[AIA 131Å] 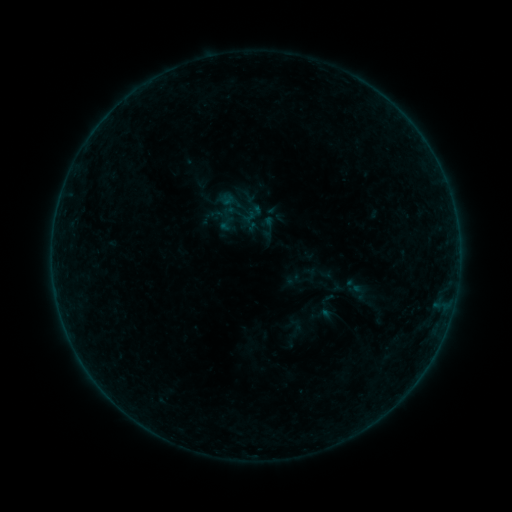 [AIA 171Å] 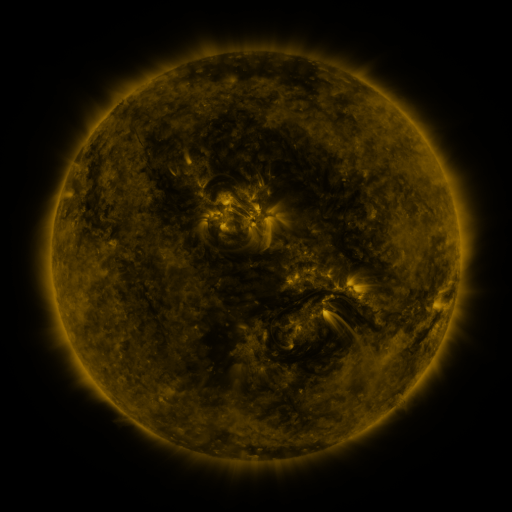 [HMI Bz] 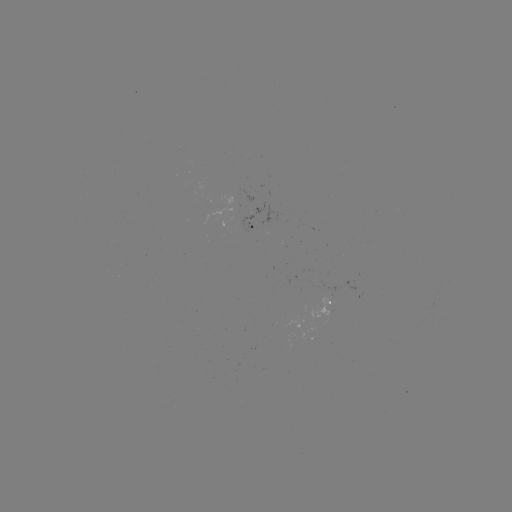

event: sigmoid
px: (226, 224)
